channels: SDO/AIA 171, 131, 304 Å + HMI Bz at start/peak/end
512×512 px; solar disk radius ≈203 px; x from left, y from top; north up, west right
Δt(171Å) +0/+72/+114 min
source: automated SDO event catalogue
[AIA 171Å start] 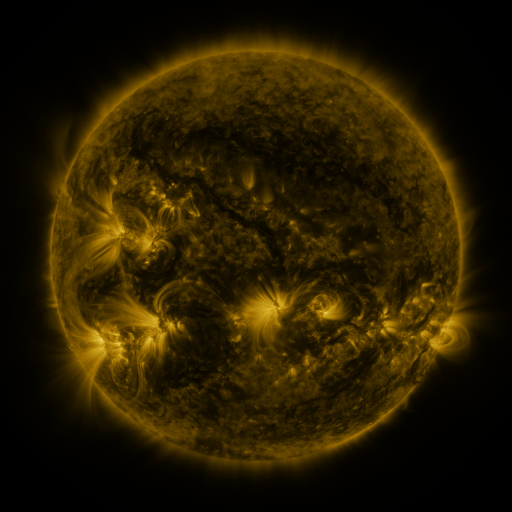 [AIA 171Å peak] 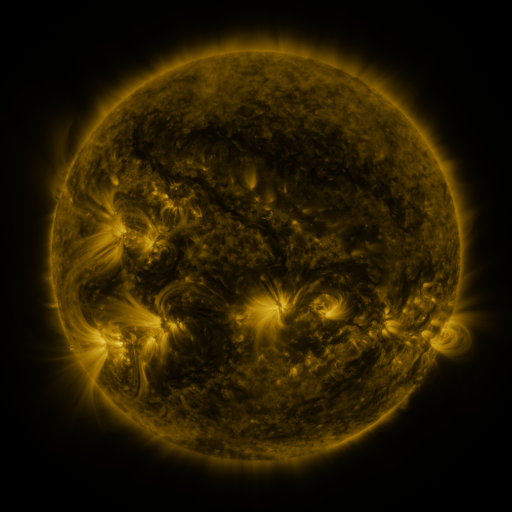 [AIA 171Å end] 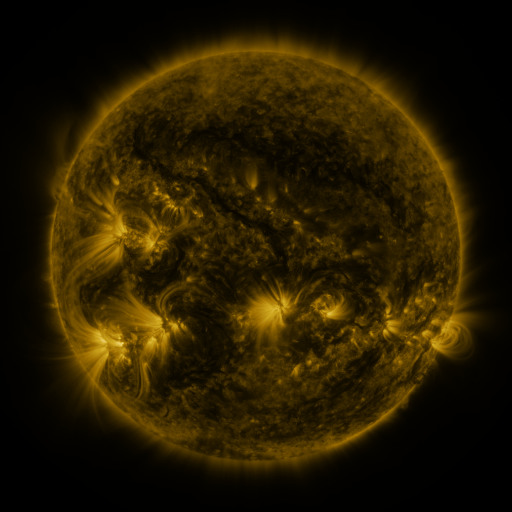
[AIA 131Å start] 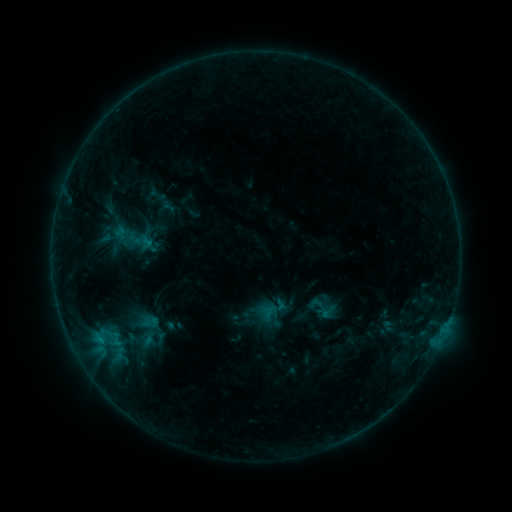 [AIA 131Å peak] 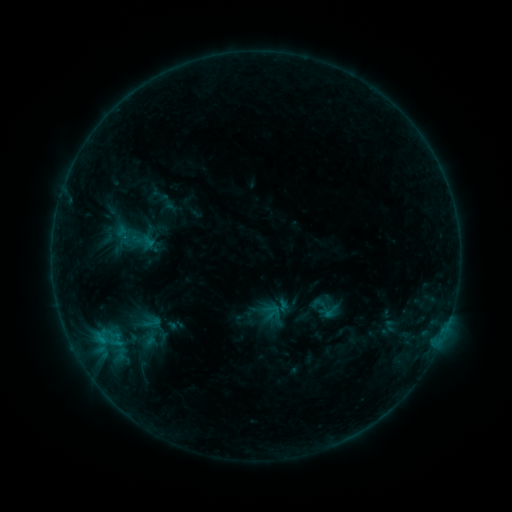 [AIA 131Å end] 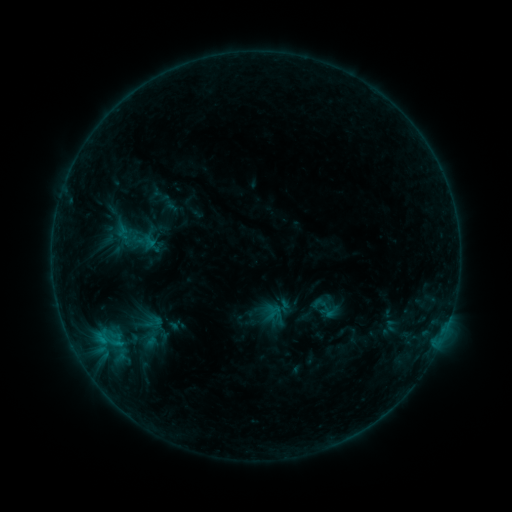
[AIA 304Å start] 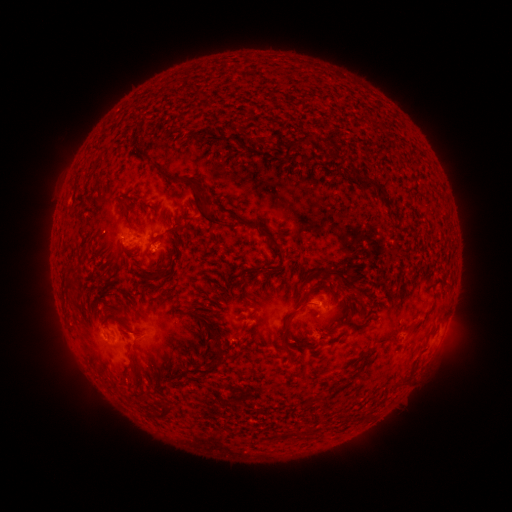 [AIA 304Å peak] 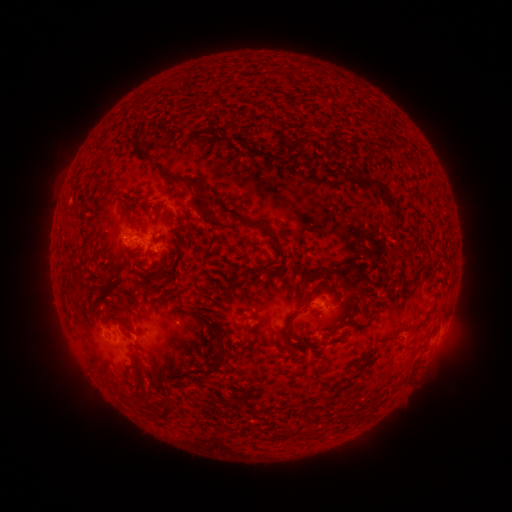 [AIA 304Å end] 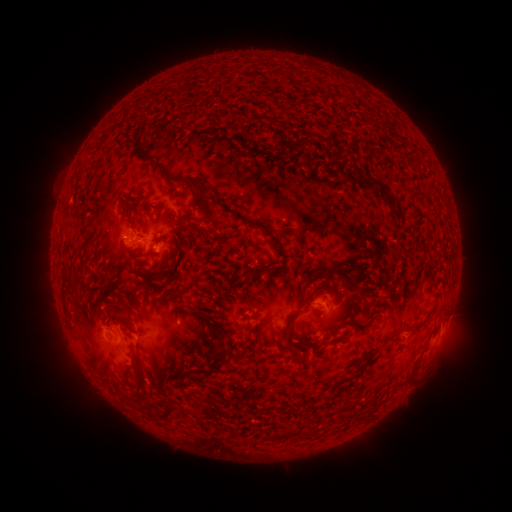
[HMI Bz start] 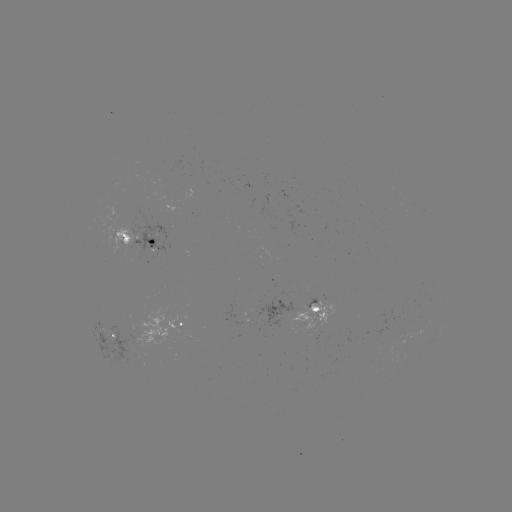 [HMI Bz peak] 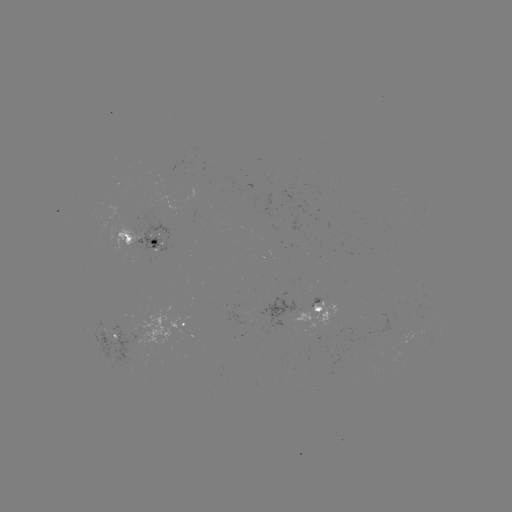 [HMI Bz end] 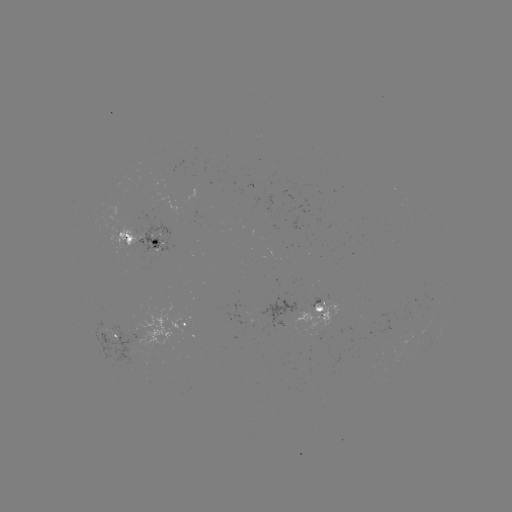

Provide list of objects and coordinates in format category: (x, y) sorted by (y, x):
emerging-flux region: (115, 338)
